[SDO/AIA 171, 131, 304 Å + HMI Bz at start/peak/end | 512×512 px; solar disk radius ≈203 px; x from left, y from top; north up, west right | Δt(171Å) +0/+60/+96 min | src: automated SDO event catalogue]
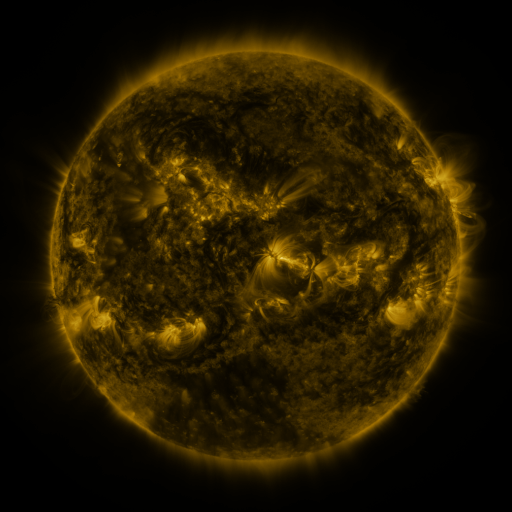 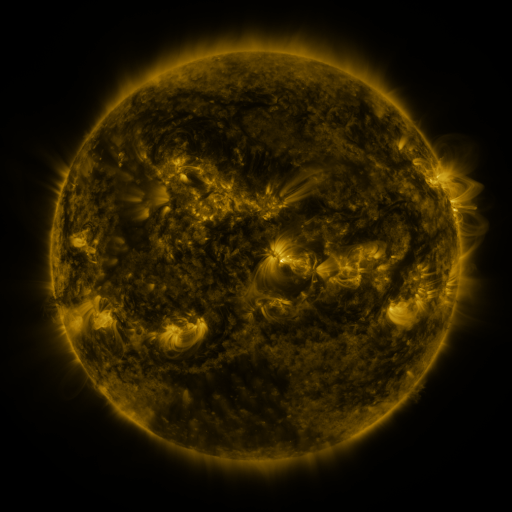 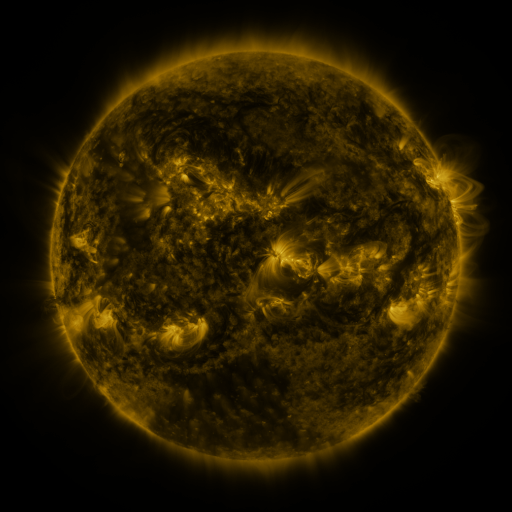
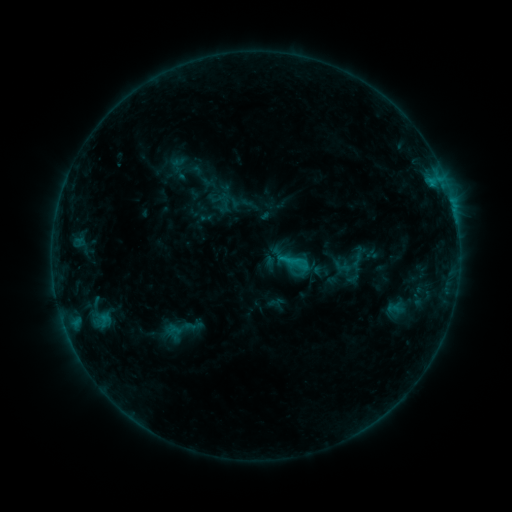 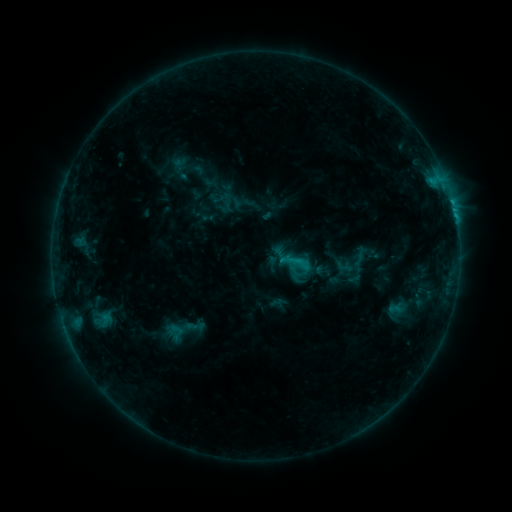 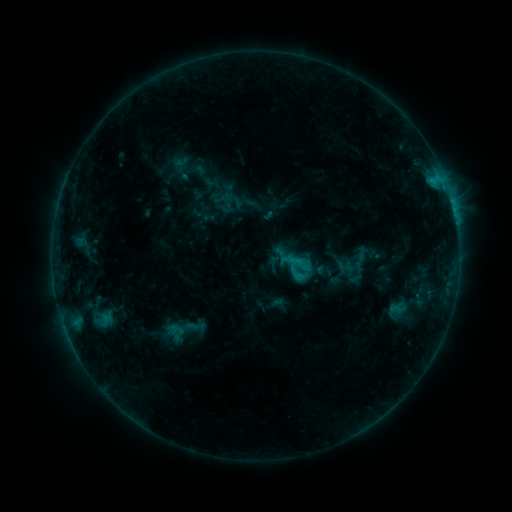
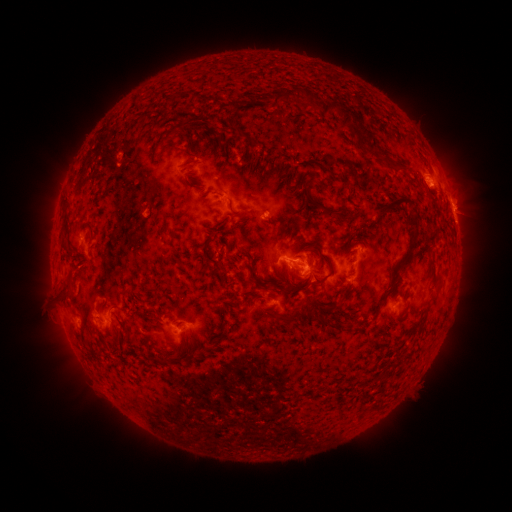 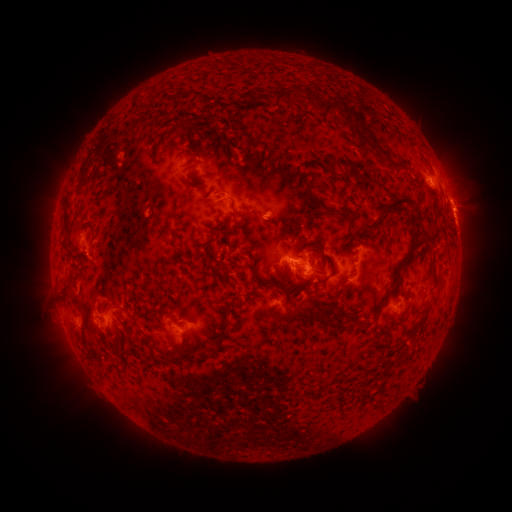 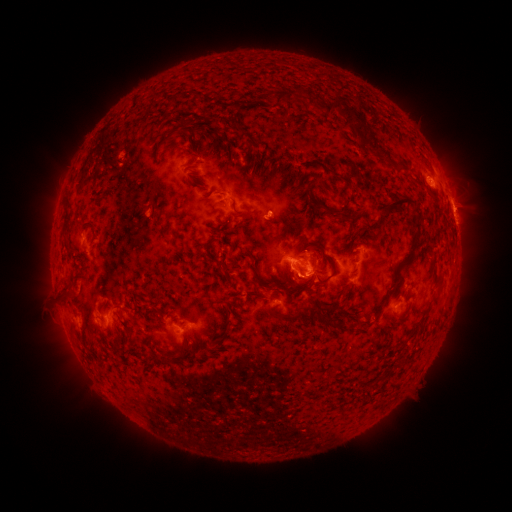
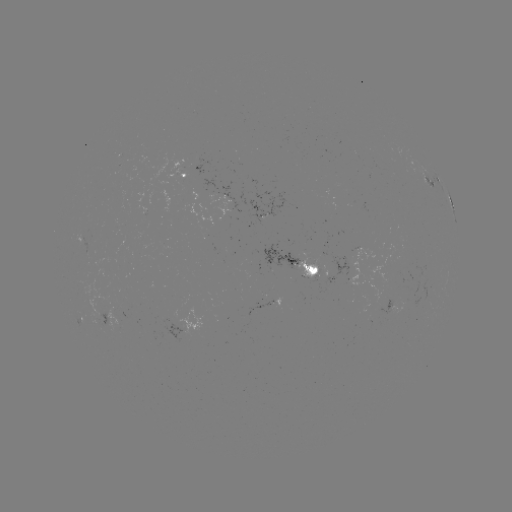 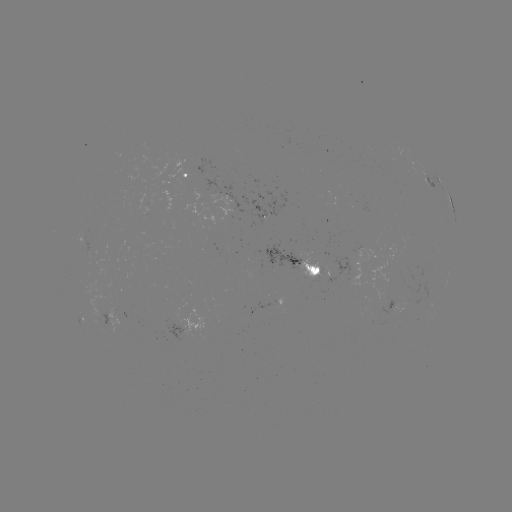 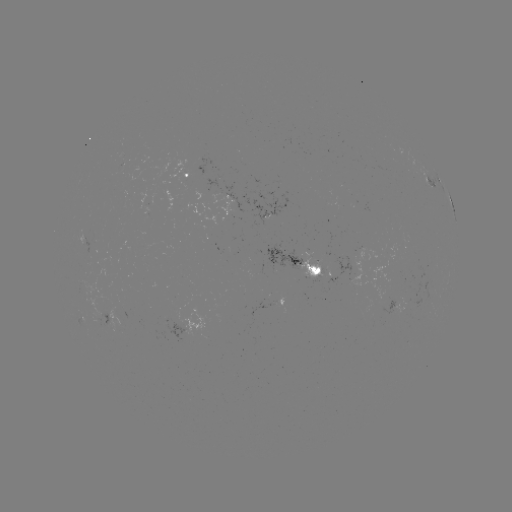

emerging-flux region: [157, 318, 189, 342]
